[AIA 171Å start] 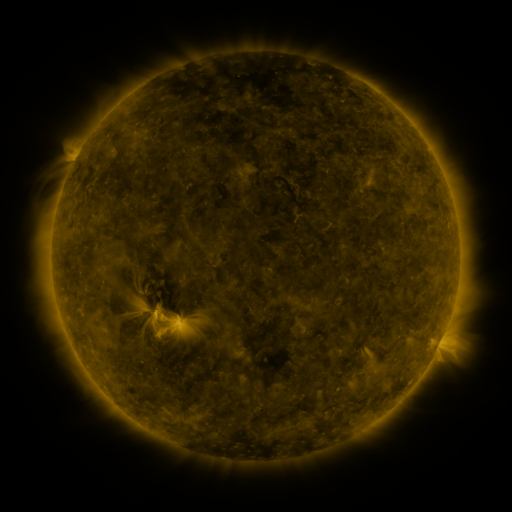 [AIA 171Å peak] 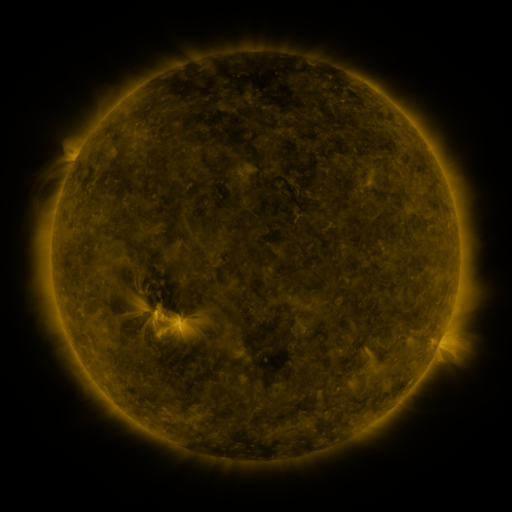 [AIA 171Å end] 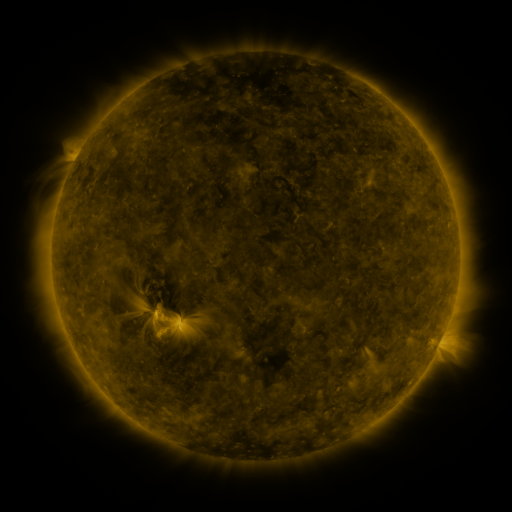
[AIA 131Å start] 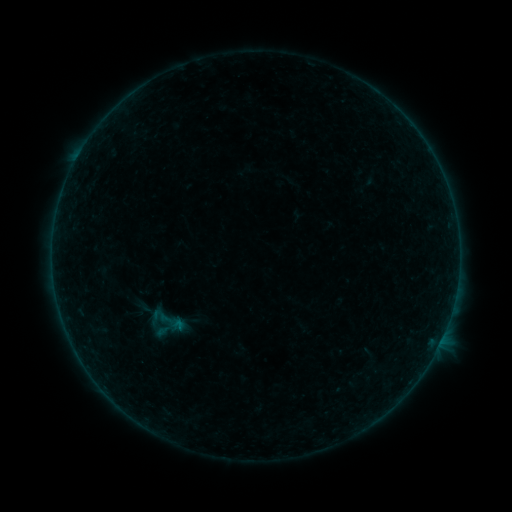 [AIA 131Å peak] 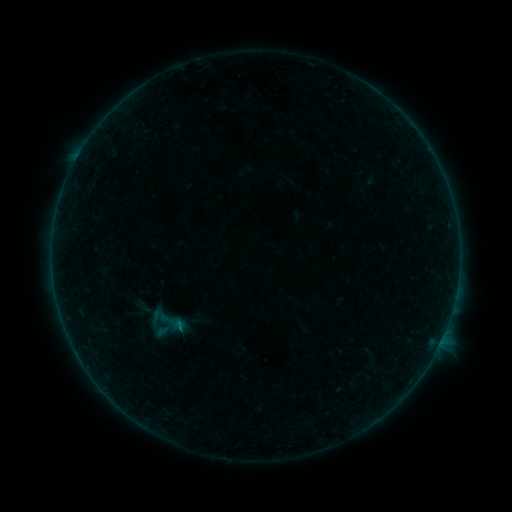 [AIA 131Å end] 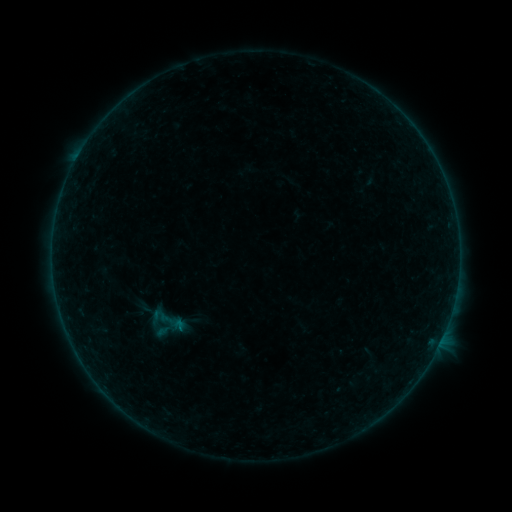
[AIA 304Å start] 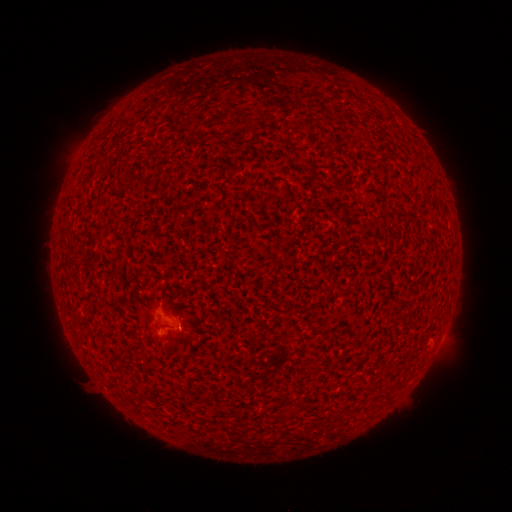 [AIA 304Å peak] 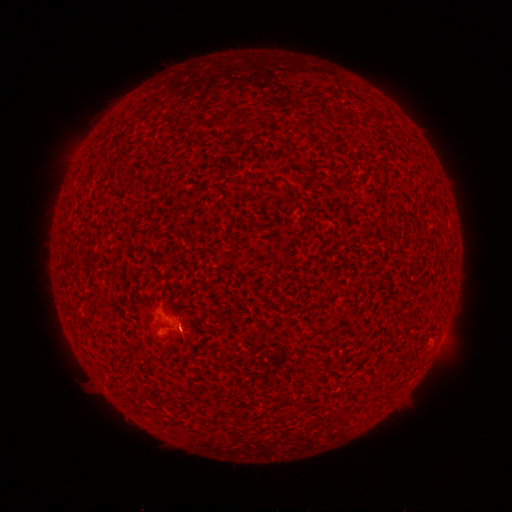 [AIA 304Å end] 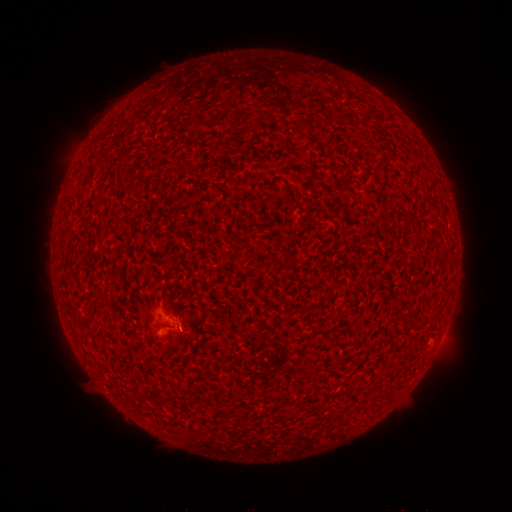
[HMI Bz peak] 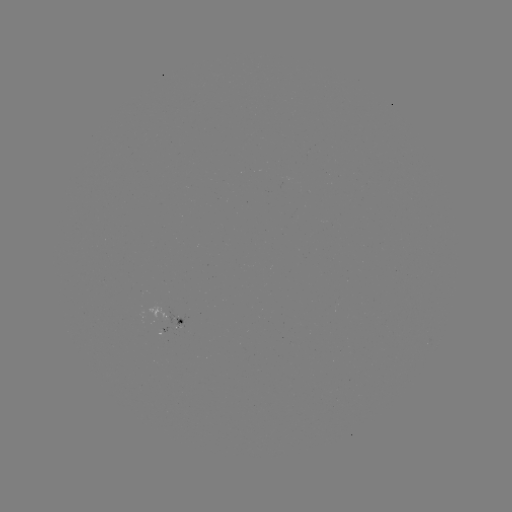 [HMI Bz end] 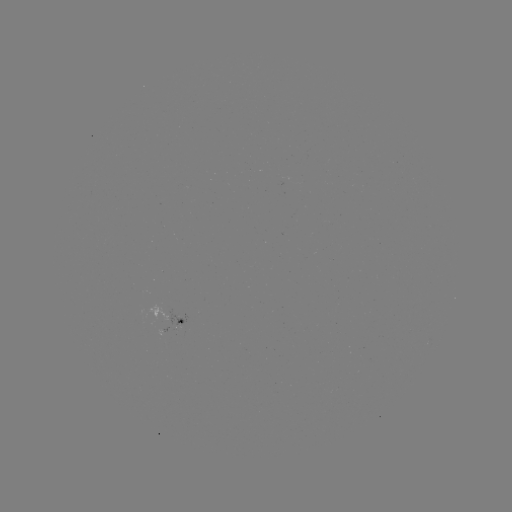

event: flare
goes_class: B1.8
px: (182, 326)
